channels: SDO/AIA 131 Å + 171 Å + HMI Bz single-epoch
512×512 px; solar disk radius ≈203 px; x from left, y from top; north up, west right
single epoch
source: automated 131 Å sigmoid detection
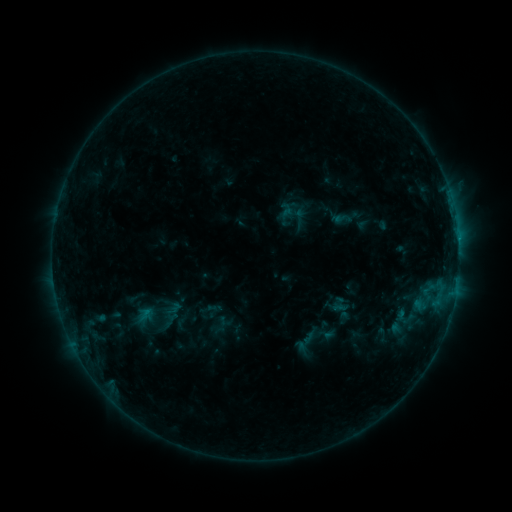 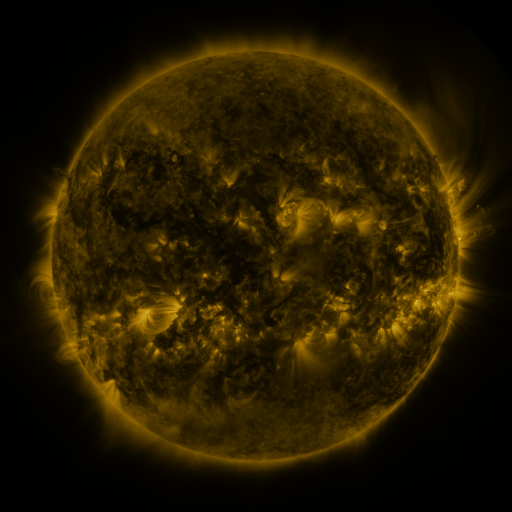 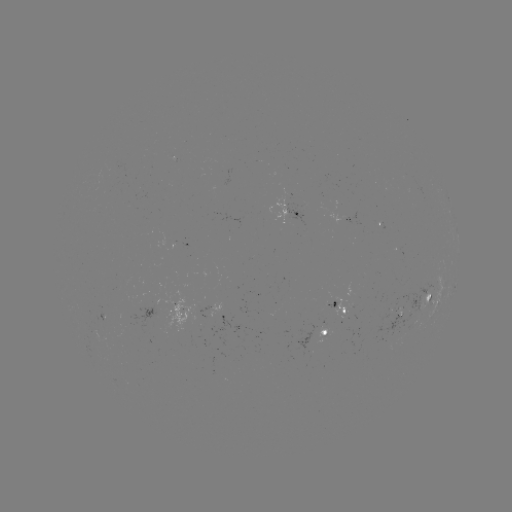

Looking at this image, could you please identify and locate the sigmoid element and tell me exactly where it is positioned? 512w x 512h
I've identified sigmoid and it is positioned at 343,219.